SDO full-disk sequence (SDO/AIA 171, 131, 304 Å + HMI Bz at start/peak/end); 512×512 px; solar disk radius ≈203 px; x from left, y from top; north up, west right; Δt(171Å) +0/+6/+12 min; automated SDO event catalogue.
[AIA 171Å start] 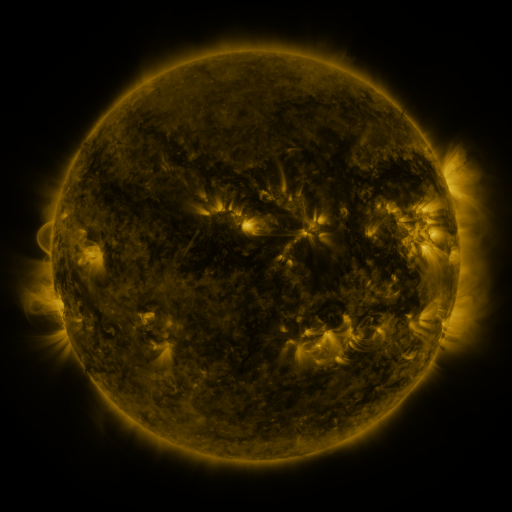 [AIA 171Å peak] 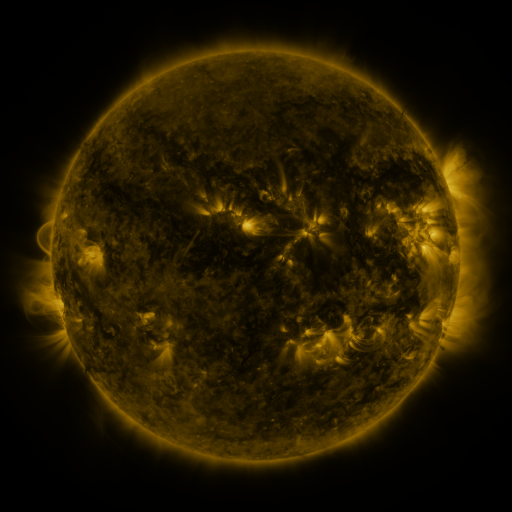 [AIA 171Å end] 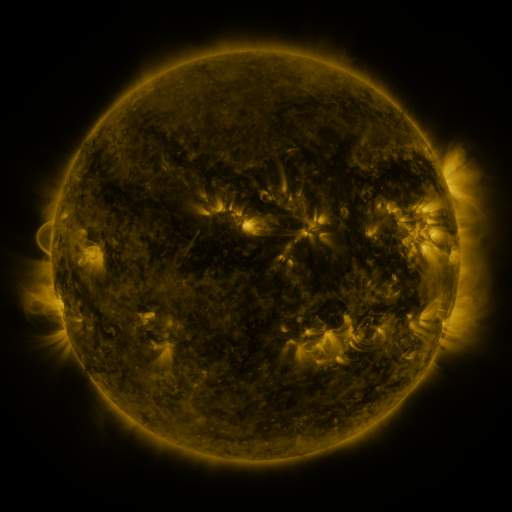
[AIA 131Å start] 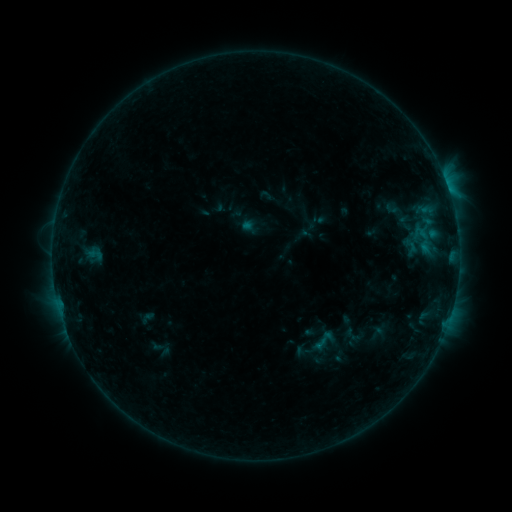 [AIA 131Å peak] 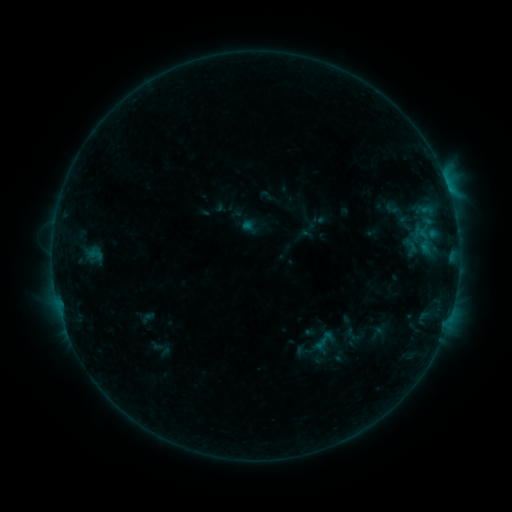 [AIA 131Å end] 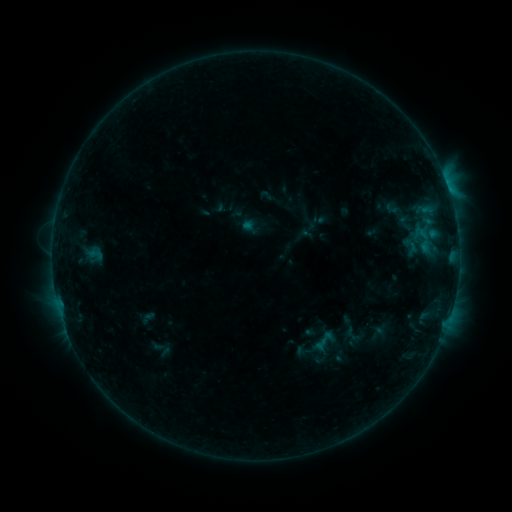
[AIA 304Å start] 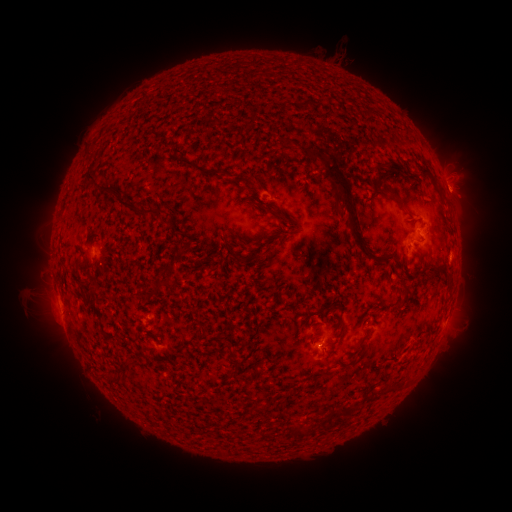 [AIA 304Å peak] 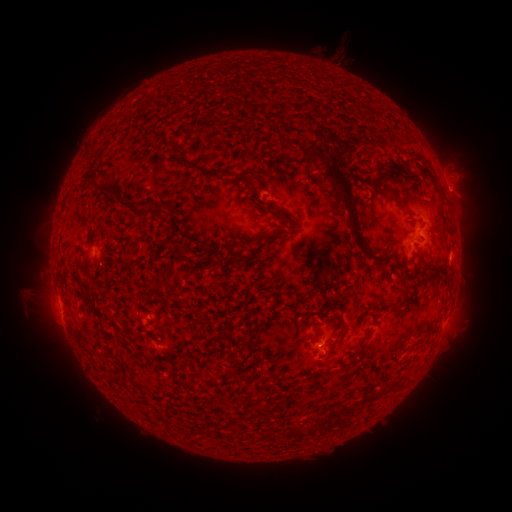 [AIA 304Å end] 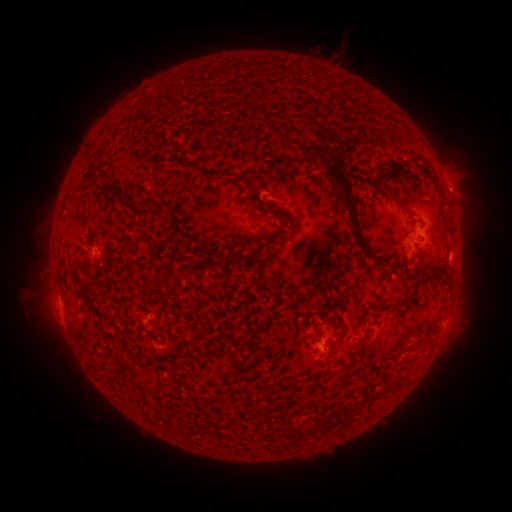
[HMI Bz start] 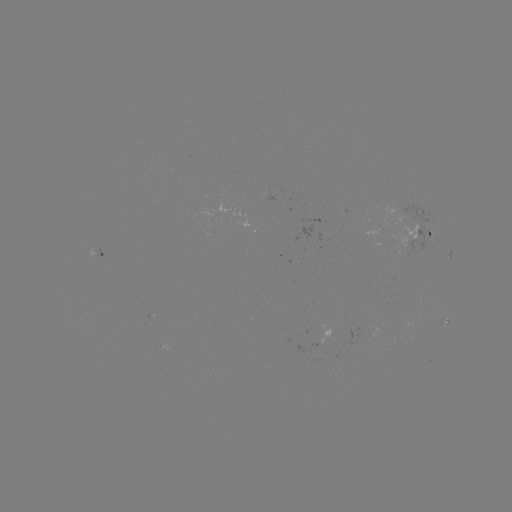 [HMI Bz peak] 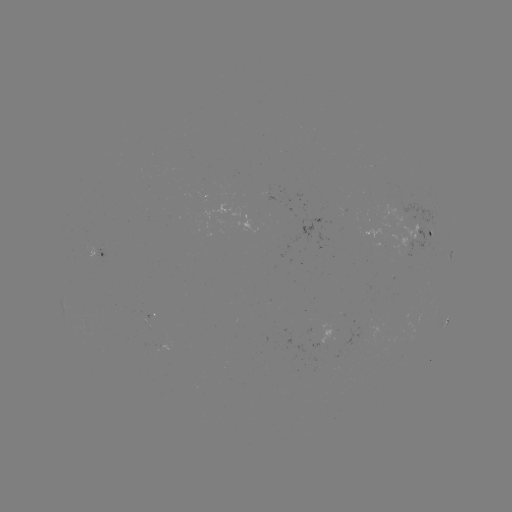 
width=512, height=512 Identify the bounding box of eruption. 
[311, 334, 344, 372].